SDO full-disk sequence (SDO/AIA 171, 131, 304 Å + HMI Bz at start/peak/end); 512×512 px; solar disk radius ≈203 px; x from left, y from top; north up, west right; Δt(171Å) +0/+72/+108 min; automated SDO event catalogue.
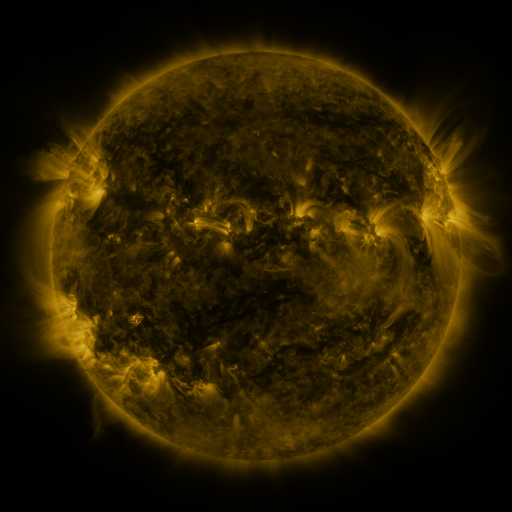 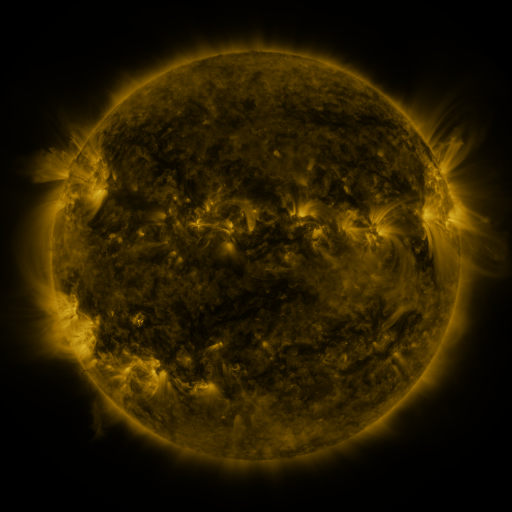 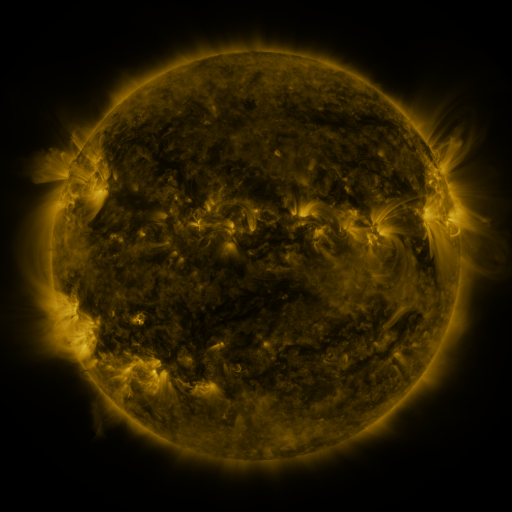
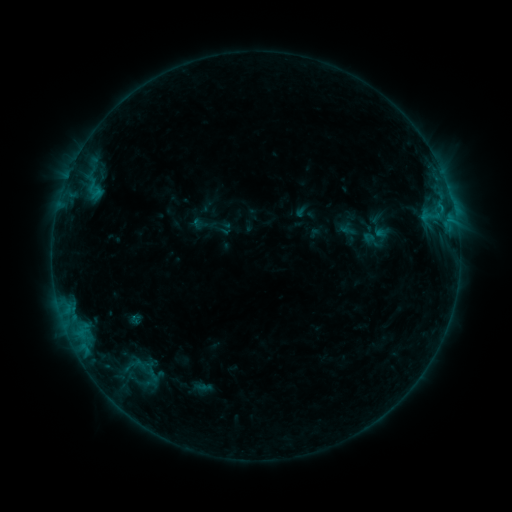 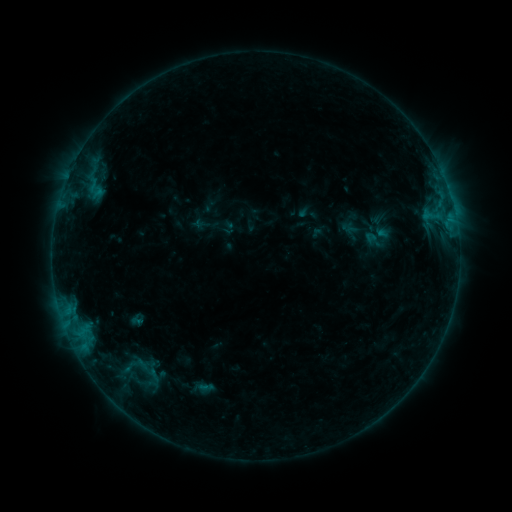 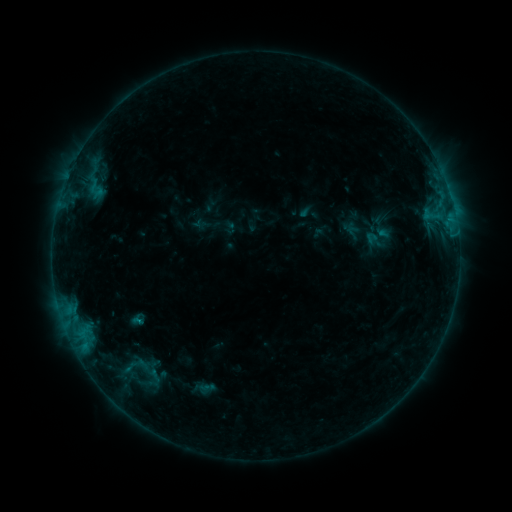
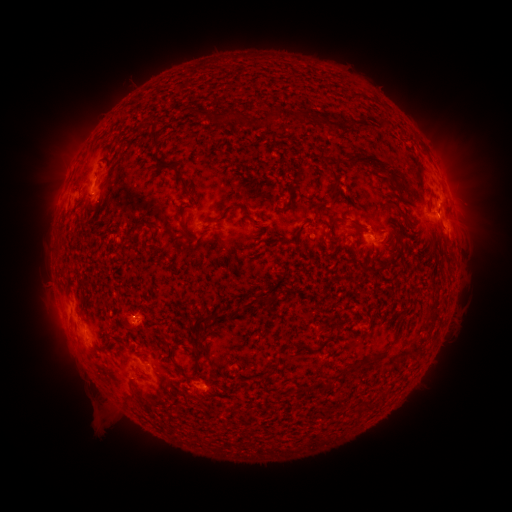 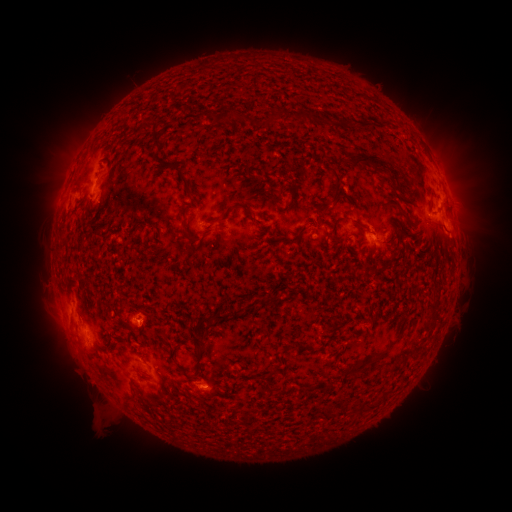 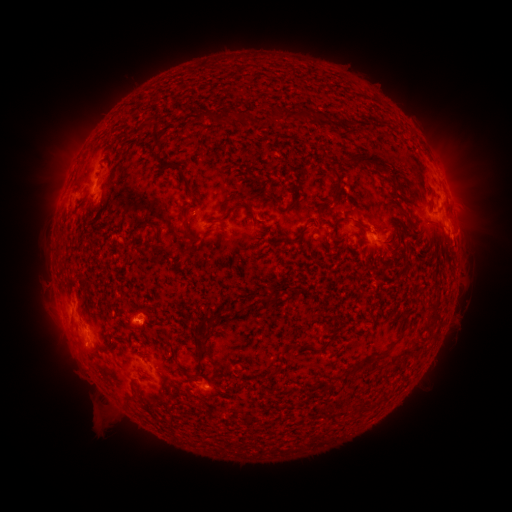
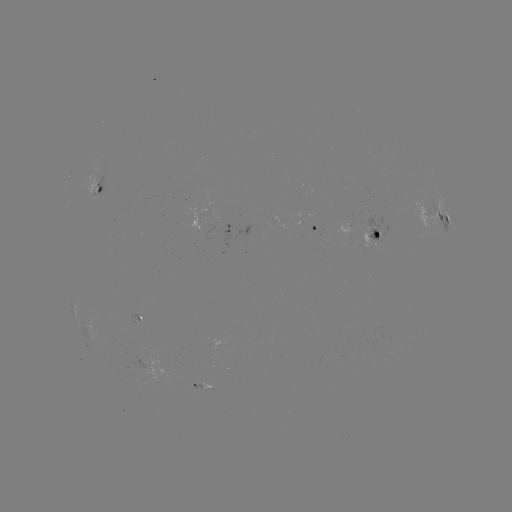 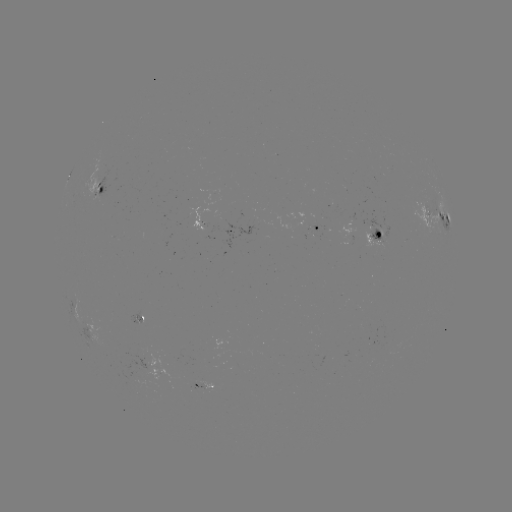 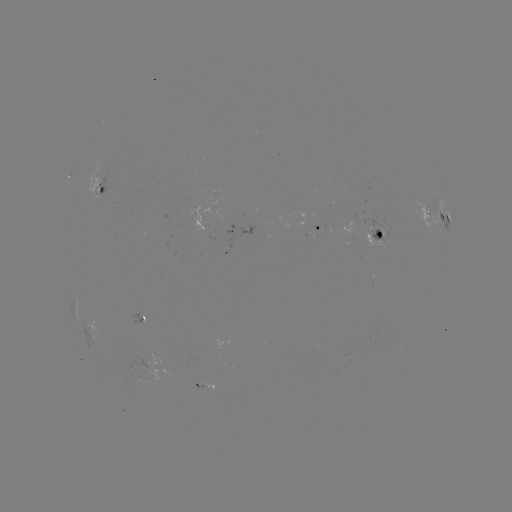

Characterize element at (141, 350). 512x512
emerging-flux region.